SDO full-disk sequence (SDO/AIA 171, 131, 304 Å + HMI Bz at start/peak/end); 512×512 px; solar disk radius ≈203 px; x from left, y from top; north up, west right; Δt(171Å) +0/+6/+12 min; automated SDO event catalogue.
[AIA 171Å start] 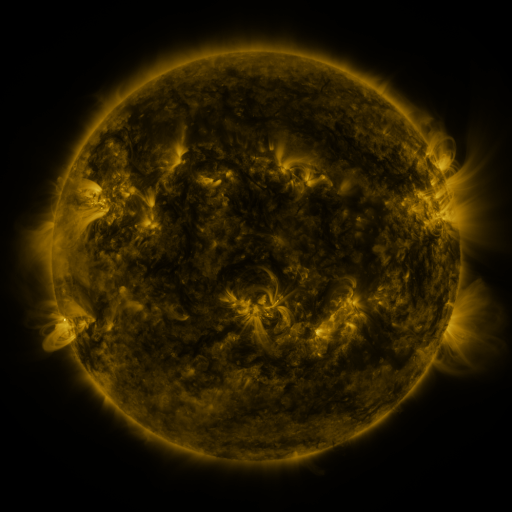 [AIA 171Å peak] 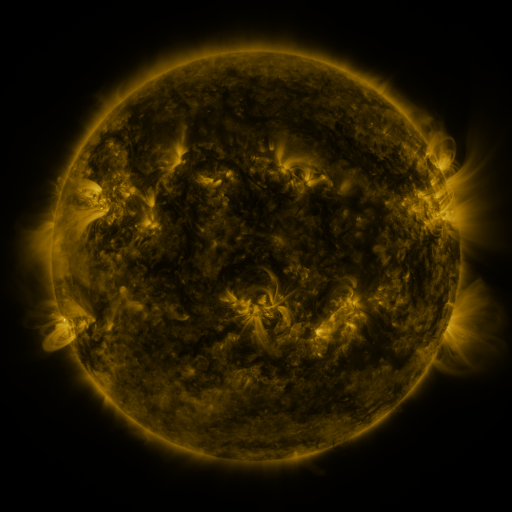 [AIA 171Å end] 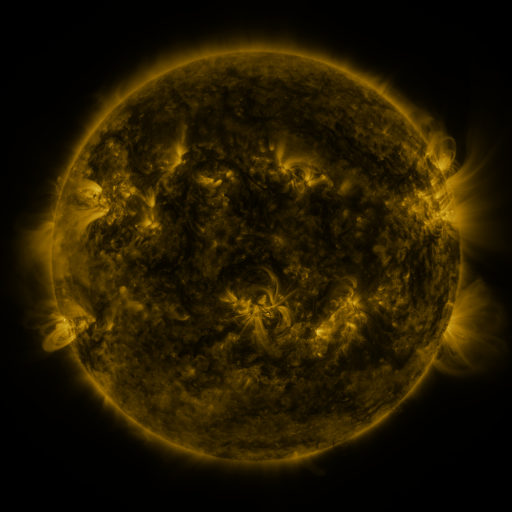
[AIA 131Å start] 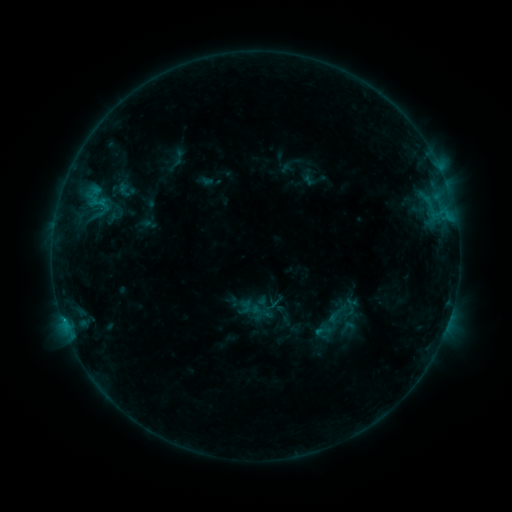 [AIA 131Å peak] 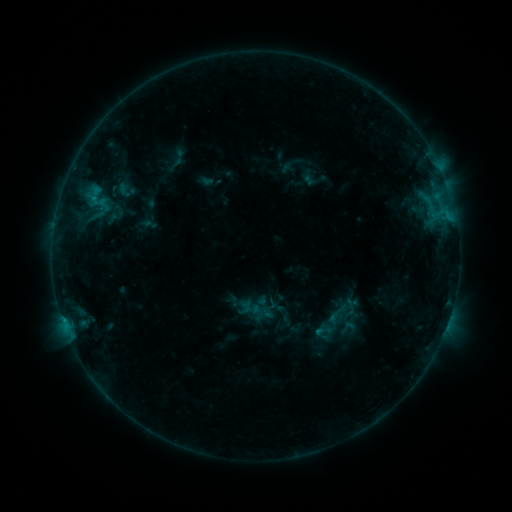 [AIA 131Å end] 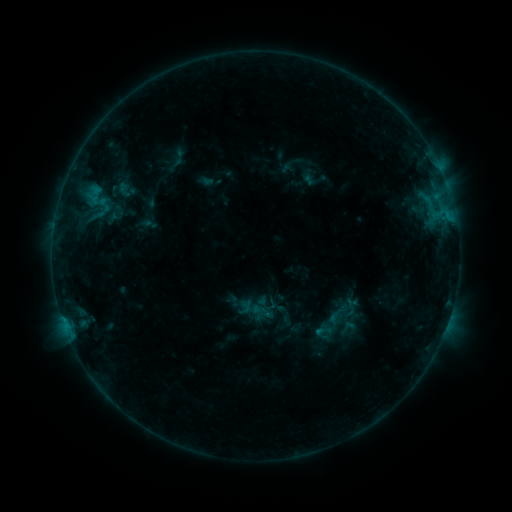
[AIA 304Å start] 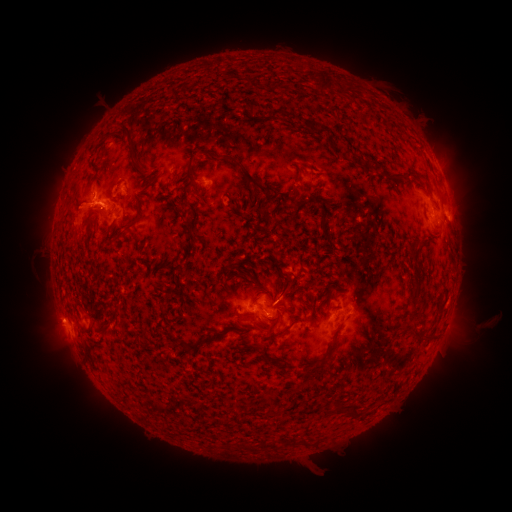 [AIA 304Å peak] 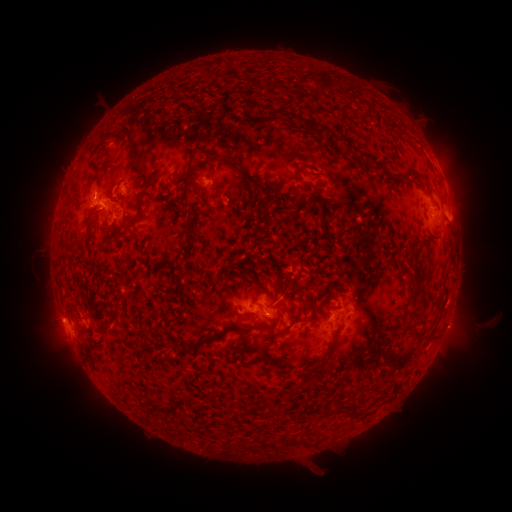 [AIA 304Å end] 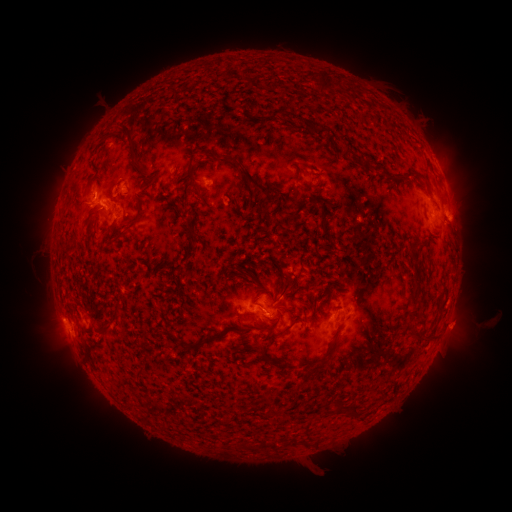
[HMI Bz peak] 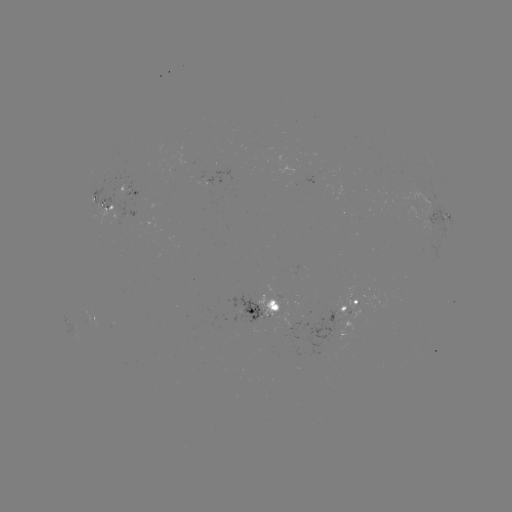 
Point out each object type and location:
eruption: (458, 328)
